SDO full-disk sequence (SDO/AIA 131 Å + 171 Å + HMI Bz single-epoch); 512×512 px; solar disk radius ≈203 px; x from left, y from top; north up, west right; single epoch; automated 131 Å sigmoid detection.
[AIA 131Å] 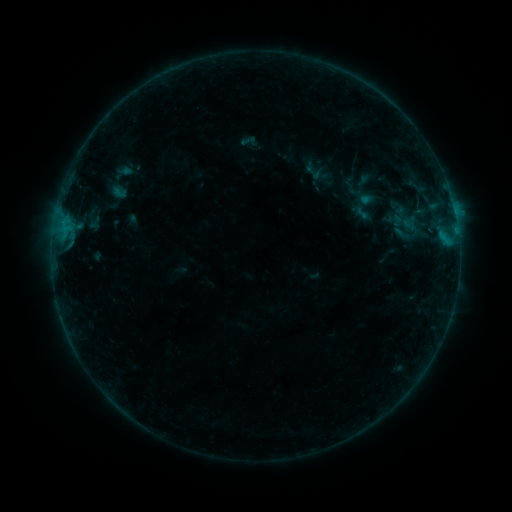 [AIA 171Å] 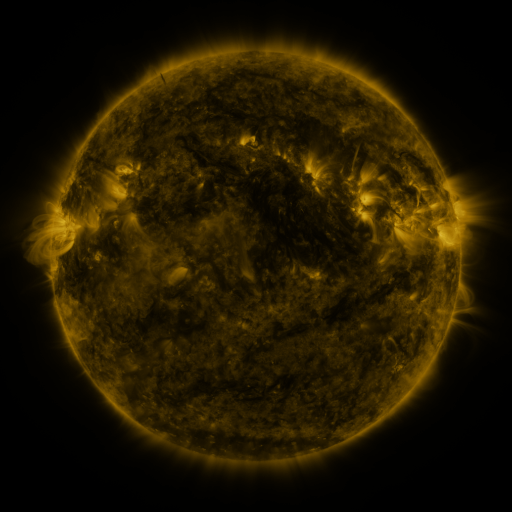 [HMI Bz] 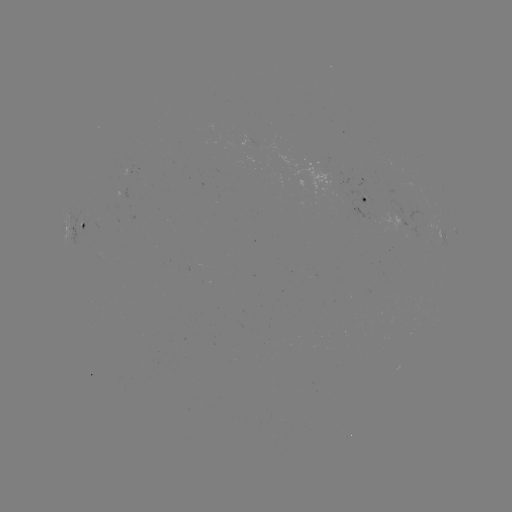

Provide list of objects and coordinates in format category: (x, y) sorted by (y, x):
sigmoid: (314, 172)
sigmoid: (362, 213)
